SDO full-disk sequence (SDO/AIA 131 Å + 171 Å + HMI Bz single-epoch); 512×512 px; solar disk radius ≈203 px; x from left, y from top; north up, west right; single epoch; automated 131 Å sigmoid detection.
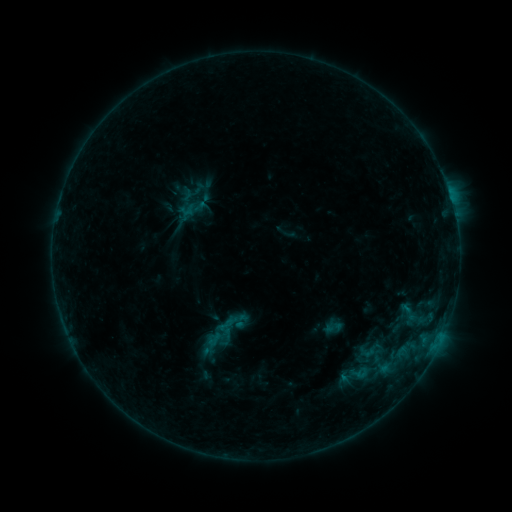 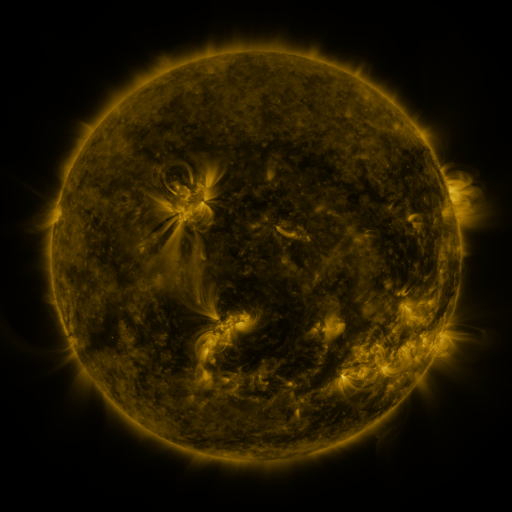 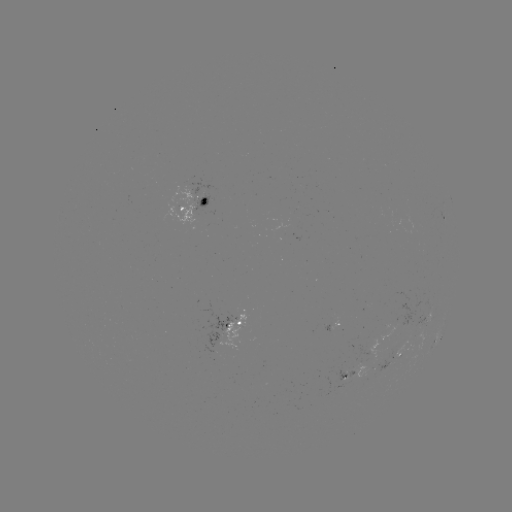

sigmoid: <bbox>216, 315, 236, 334</bbox>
